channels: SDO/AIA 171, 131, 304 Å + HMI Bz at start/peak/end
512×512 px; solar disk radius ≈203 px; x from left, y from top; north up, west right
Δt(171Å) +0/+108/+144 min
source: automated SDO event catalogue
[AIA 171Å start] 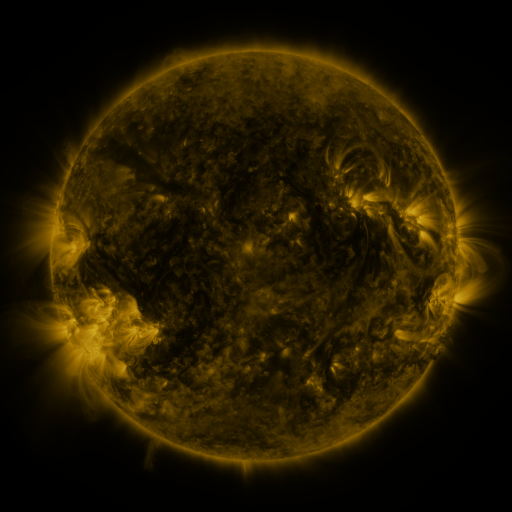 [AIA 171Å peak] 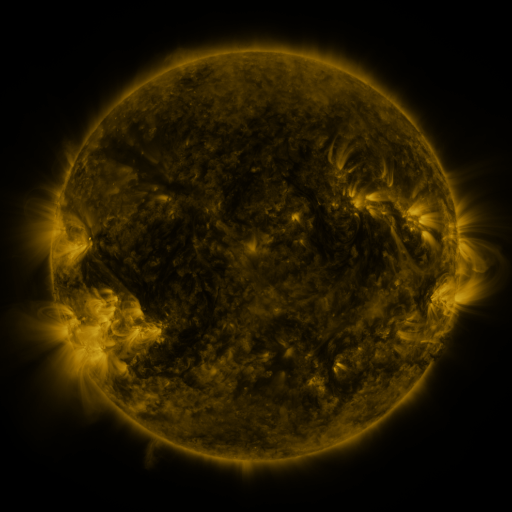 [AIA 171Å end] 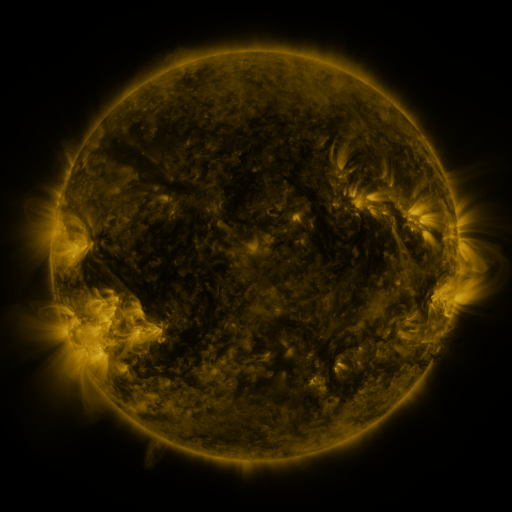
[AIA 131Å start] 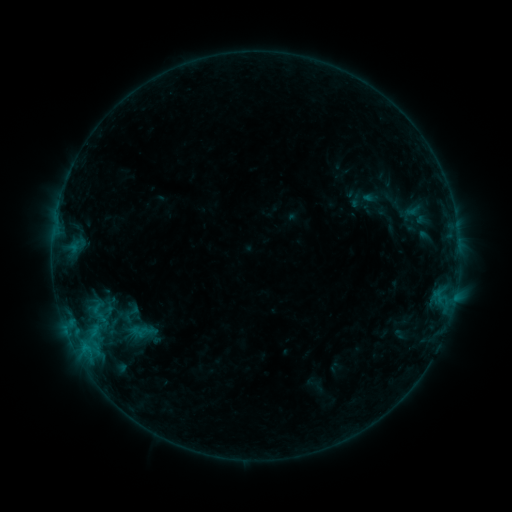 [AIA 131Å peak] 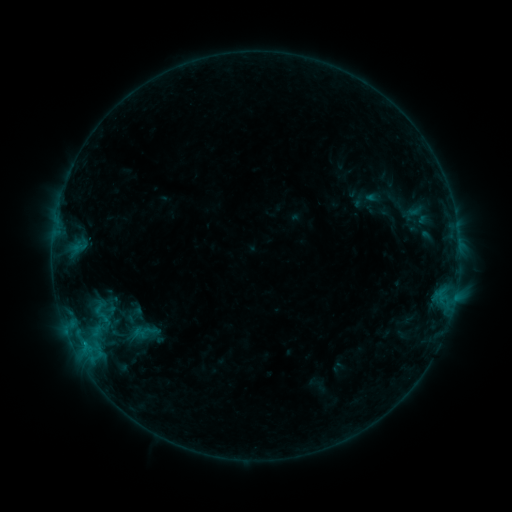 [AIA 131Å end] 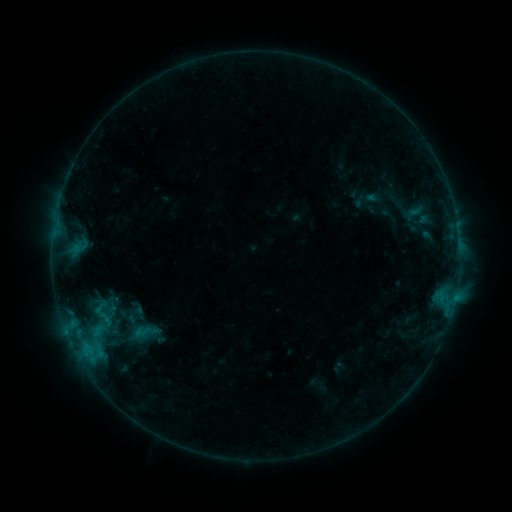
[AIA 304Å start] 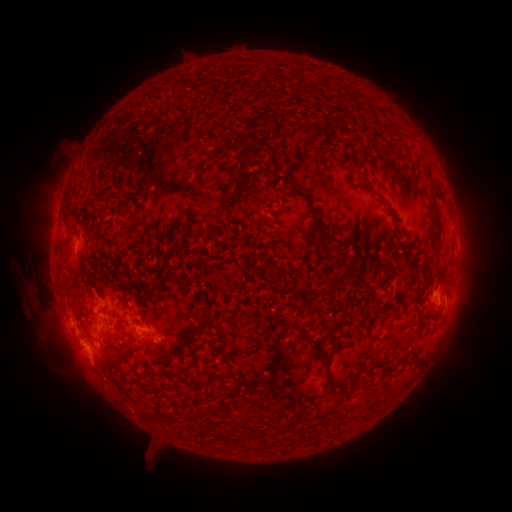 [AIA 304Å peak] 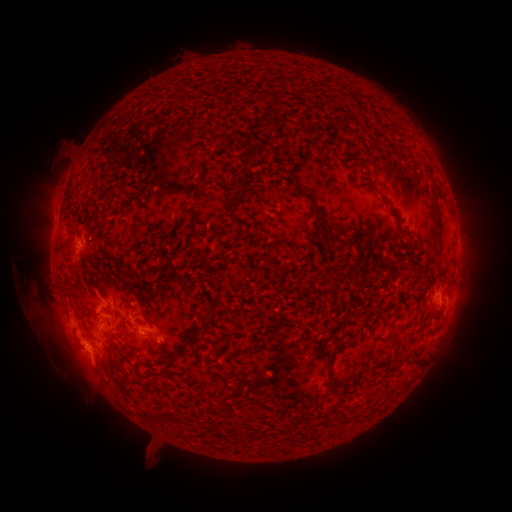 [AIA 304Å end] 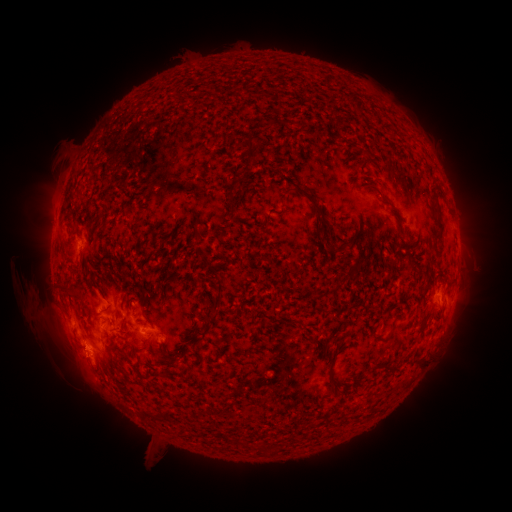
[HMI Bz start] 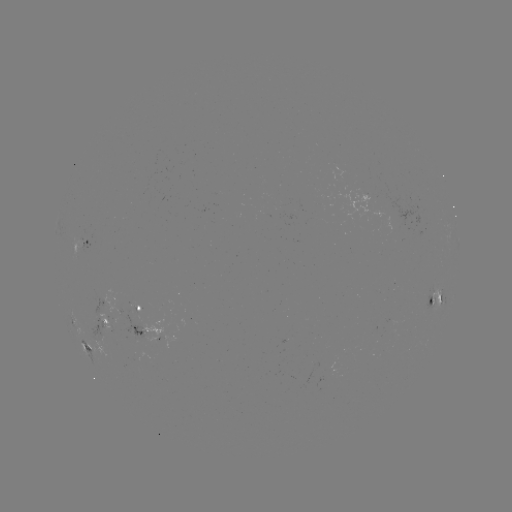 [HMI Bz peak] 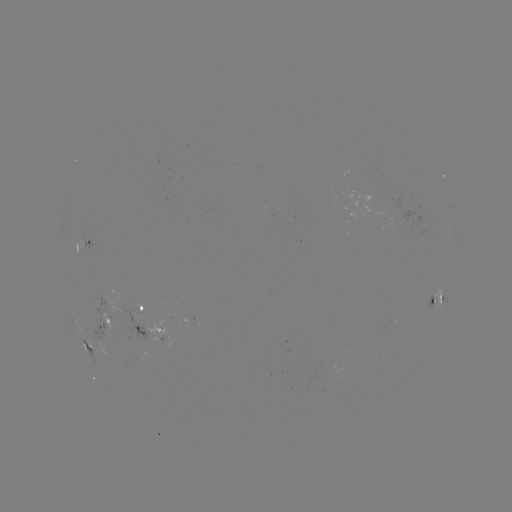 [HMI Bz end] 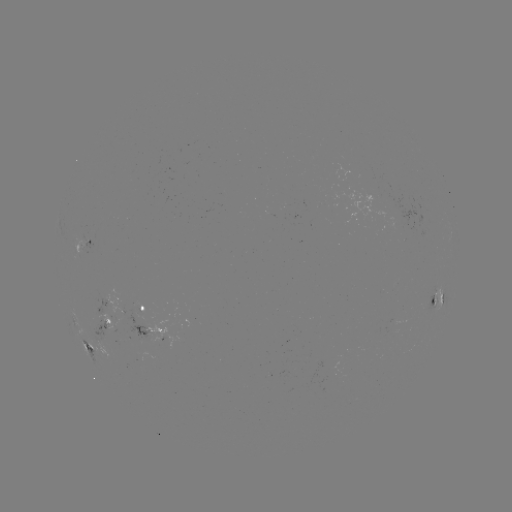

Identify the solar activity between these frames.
emerging-flux region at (366, 198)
